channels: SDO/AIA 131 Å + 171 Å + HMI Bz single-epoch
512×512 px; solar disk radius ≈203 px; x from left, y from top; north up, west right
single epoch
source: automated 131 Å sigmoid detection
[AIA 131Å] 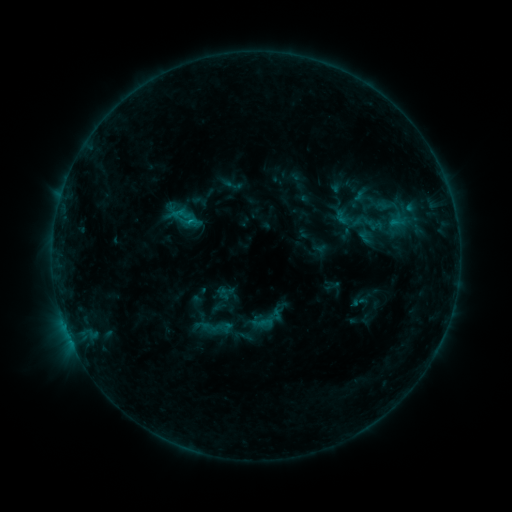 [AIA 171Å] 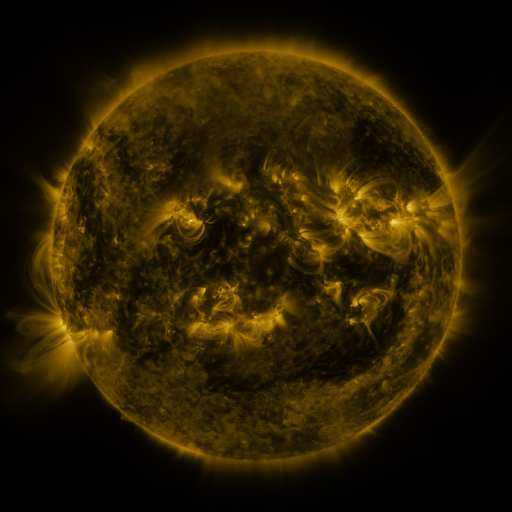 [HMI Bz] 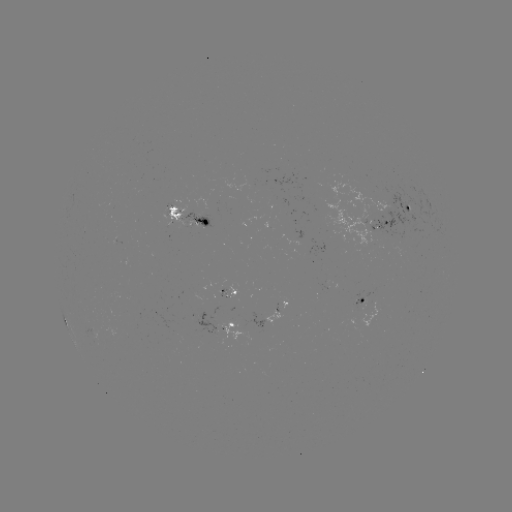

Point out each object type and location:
sigmoid: [170, 207, 193, 231]
sigmoid: [247, 301, 285, 338]
